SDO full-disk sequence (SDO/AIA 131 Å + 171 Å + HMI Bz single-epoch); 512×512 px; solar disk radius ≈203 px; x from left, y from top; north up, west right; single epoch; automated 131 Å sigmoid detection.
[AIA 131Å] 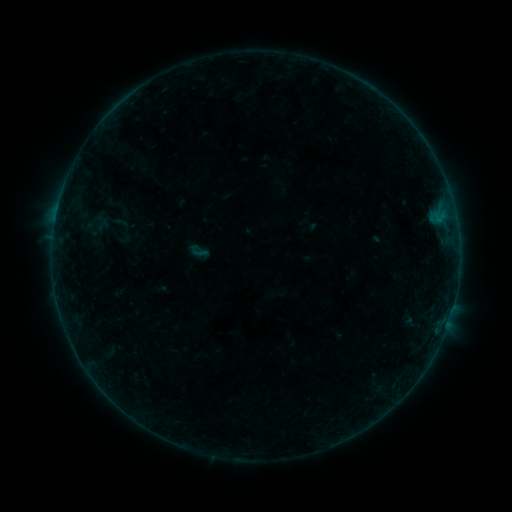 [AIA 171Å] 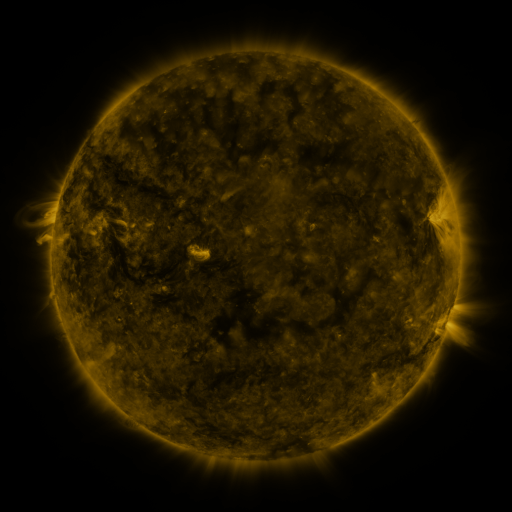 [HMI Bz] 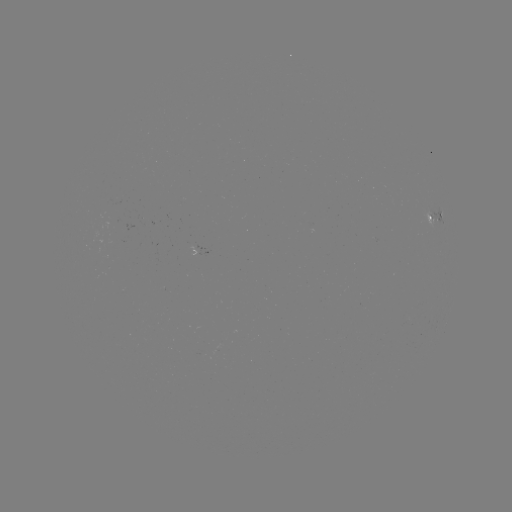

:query sigmoid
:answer (199, 251)